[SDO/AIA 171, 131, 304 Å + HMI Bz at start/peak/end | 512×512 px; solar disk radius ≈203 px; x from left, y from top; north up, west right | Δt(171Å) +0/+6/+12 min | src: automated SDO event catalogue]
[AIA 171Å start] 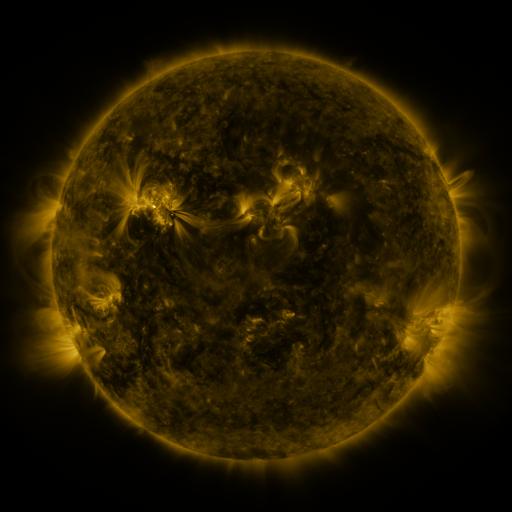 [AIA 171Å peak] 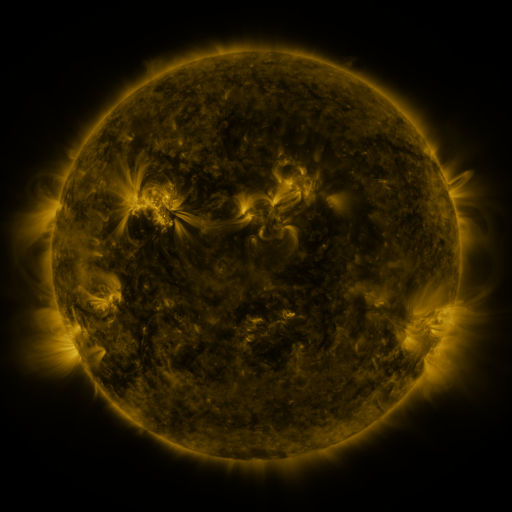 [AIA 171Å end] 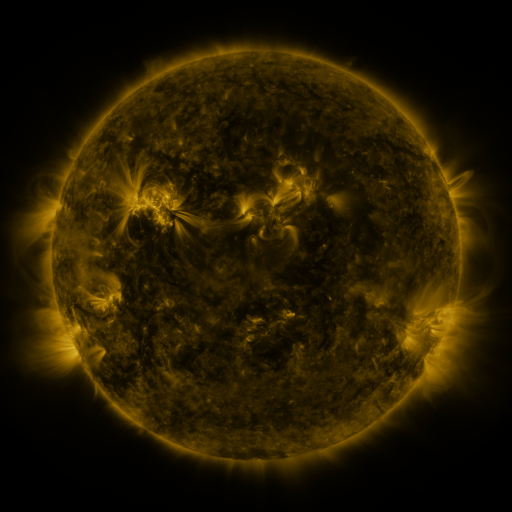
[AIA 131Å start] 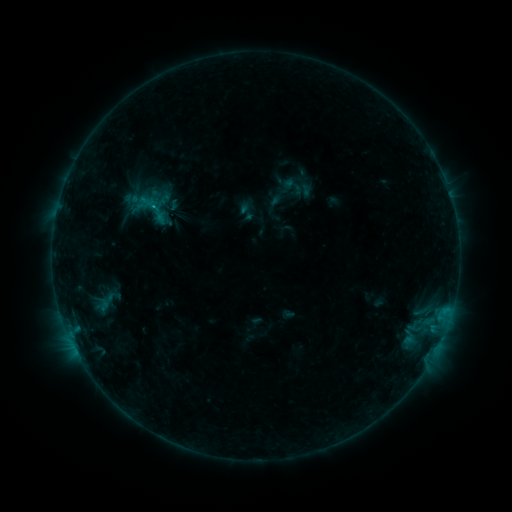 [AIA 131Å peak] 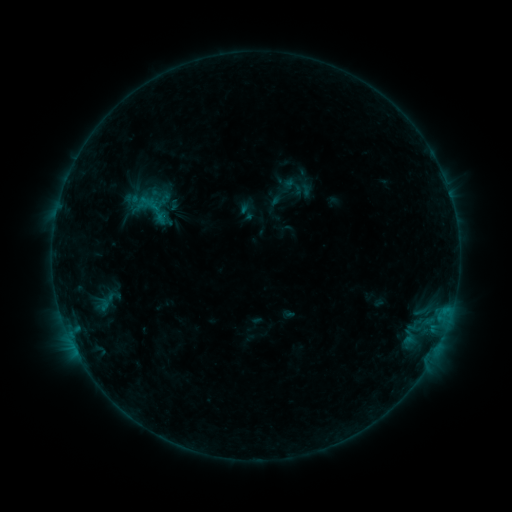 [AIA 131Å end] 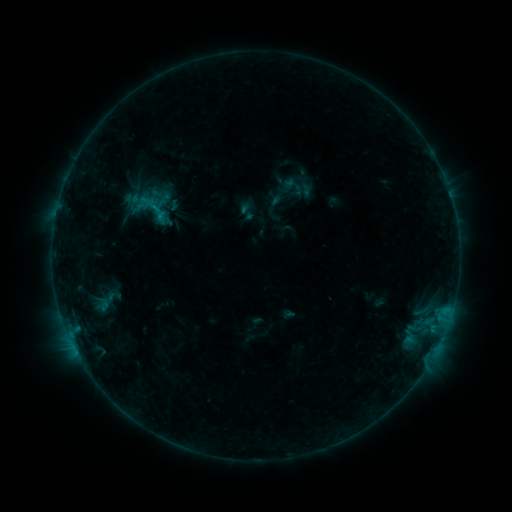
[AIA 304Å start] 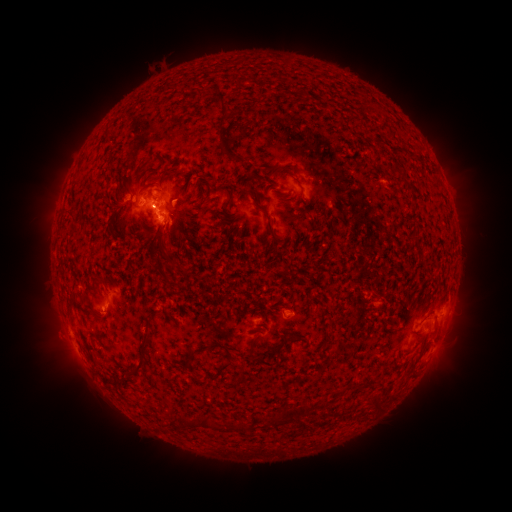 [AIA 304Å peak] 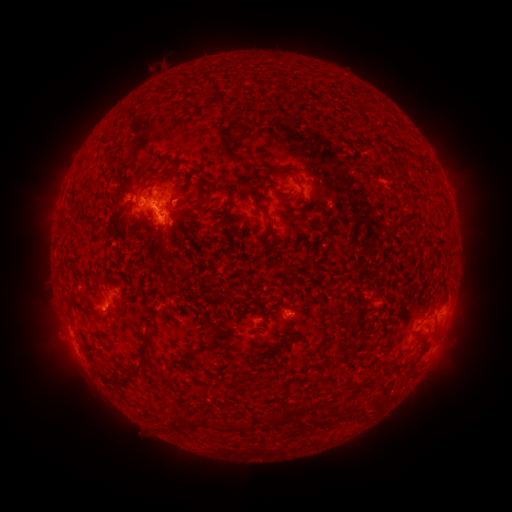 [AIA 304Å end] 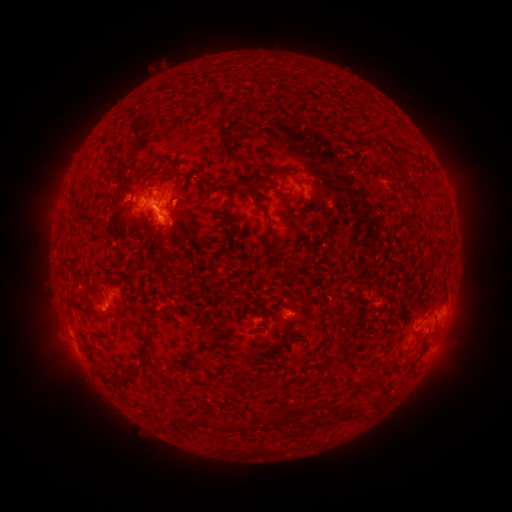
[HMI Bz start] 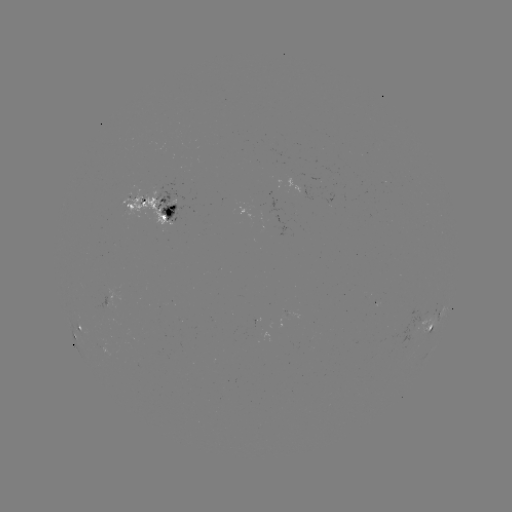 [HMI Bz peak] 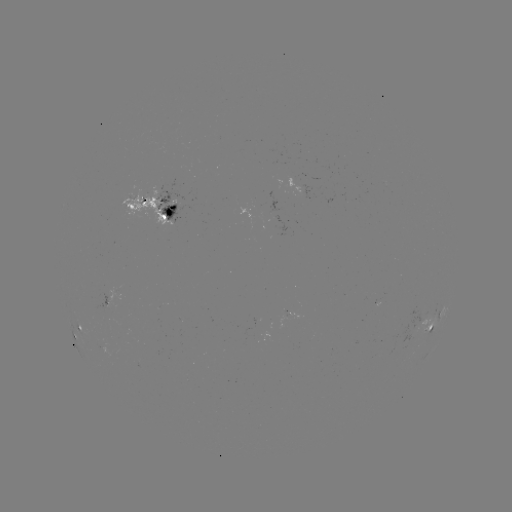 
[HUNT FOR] B8.7 flare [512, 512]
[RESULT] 158,210